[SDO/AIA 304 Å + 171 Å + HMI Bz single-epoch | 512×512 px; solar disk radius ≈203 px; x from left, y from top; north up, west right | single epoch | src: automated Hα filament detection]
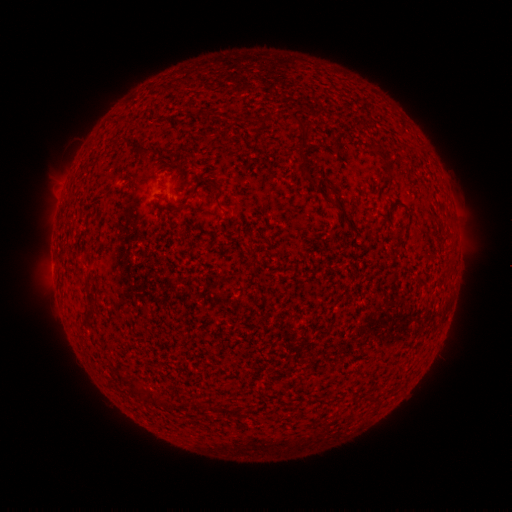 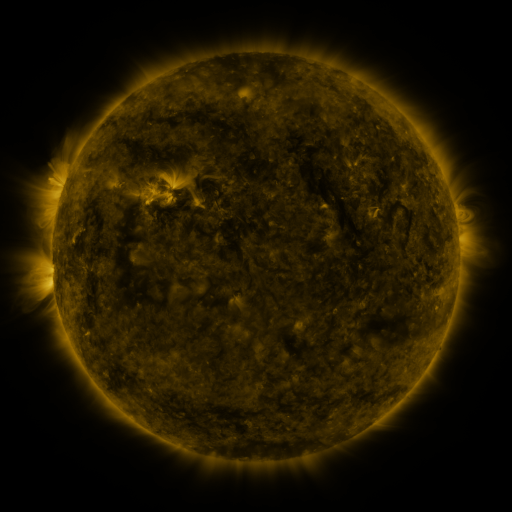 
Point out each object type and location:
filament: (302, 128)
filament: (148, 150)
filament: (301, 157)
filament: (387, 169)
filament: (219, 192)
filament: (336, 206)
filament: (180, 210)
filament: (89, 311)
